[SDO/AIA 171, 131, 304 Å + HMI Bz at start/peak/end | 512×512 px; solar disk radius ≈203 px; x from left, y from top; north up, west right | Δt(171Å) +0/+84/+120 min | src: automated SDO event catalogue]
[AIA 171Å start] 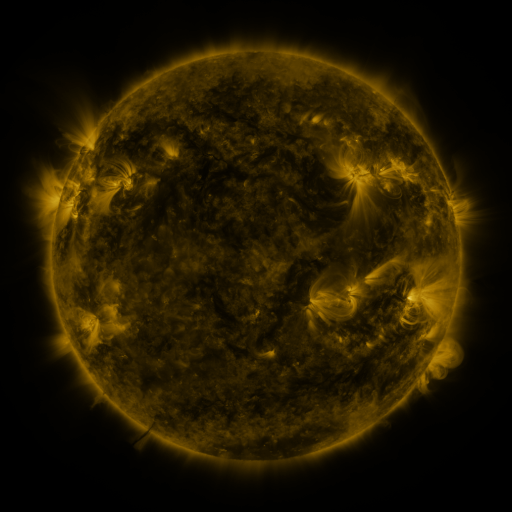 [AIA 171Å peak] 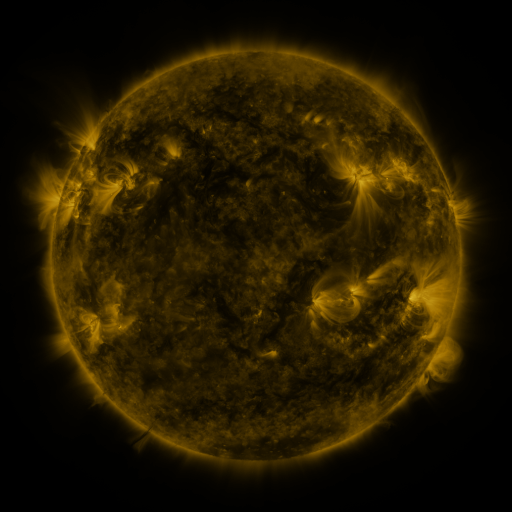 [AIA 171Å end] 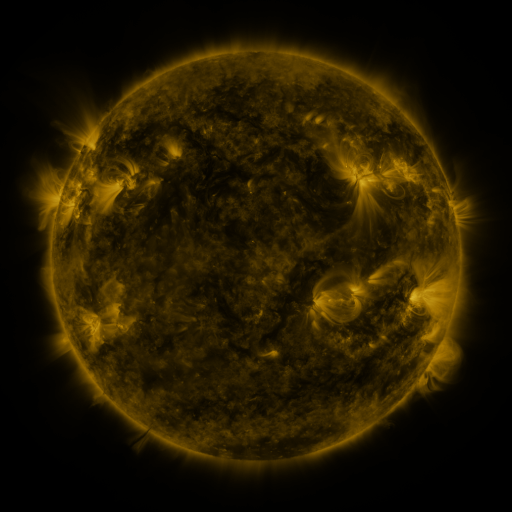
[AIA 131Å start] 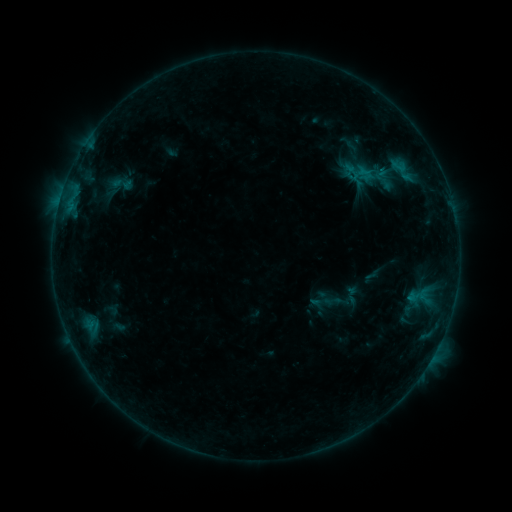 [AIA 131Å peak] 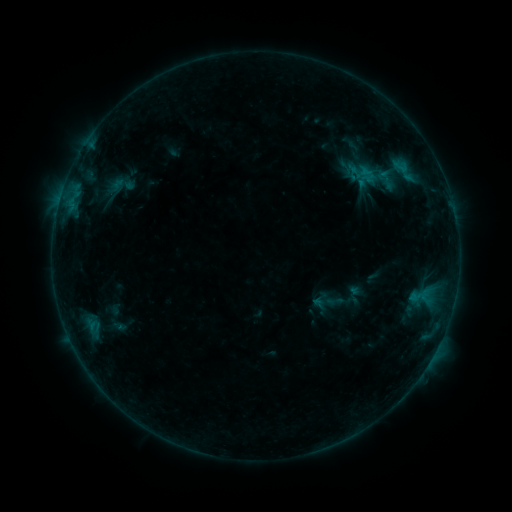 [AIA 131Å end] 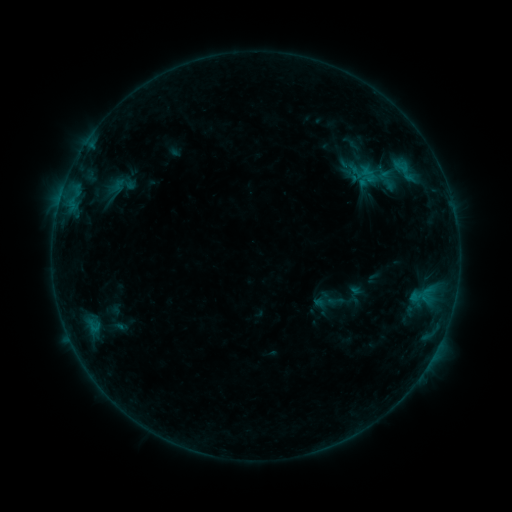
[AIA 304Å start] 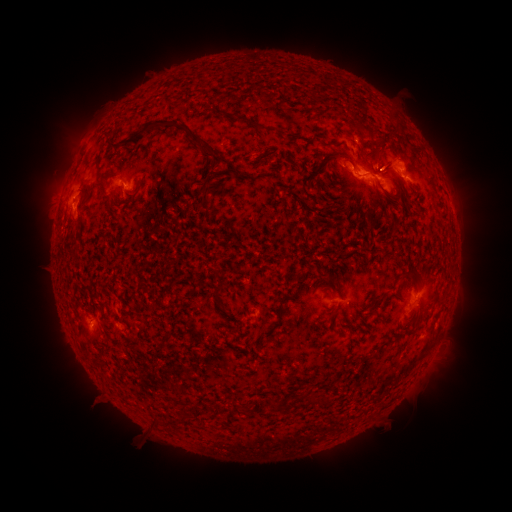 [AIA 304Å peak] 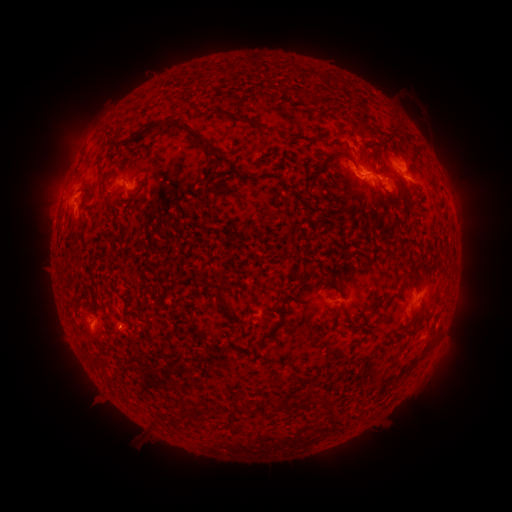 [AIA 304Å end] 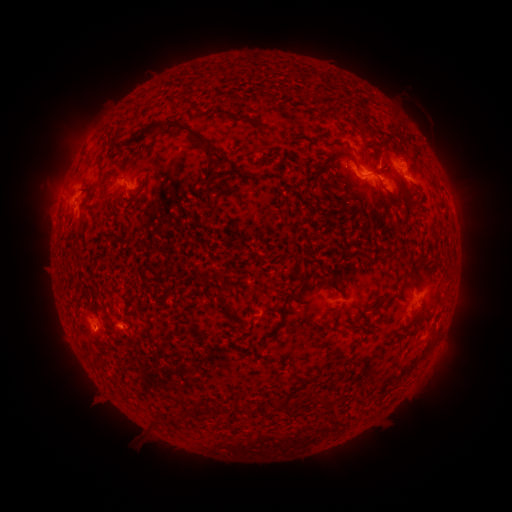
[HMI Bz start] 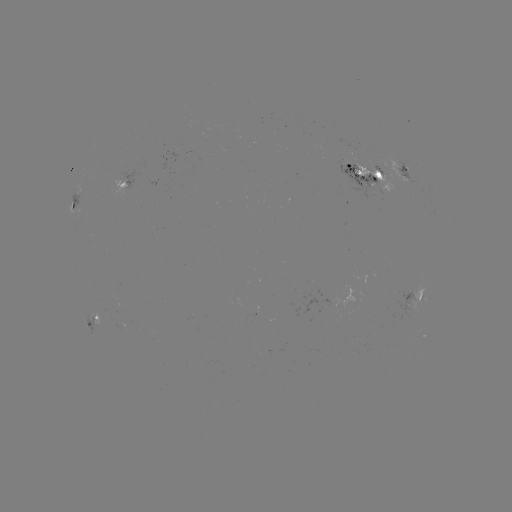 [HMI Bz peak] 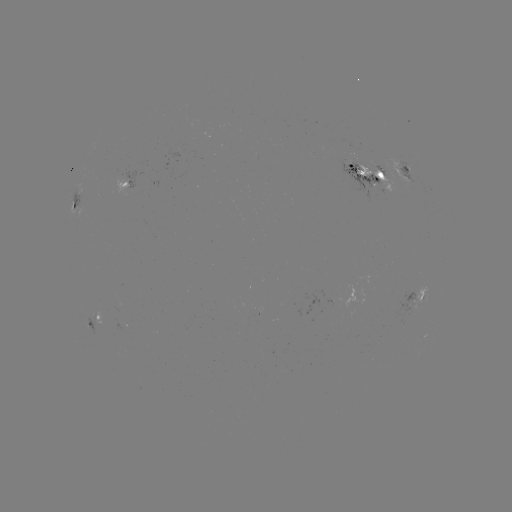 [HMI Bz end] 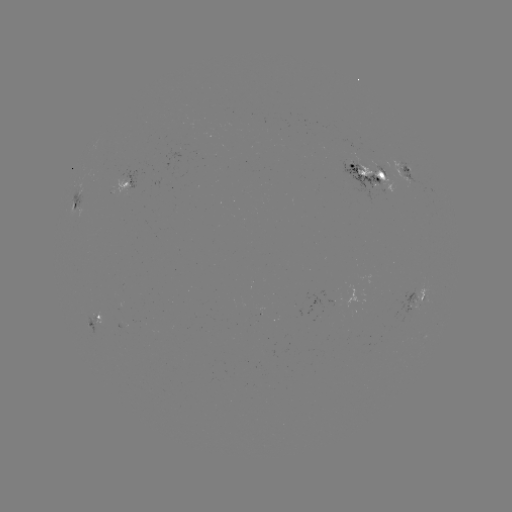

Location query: emerging-flux region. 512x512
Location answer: (352, 148).